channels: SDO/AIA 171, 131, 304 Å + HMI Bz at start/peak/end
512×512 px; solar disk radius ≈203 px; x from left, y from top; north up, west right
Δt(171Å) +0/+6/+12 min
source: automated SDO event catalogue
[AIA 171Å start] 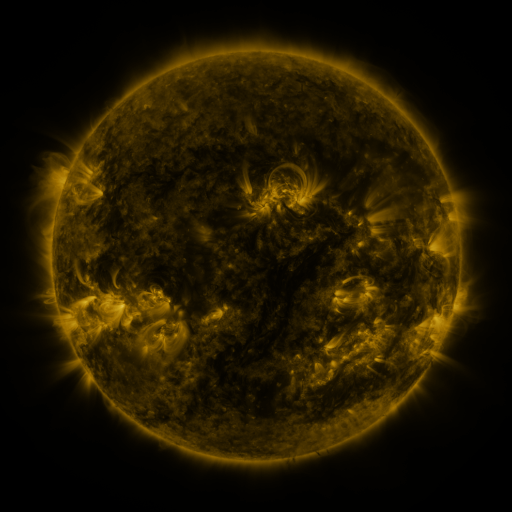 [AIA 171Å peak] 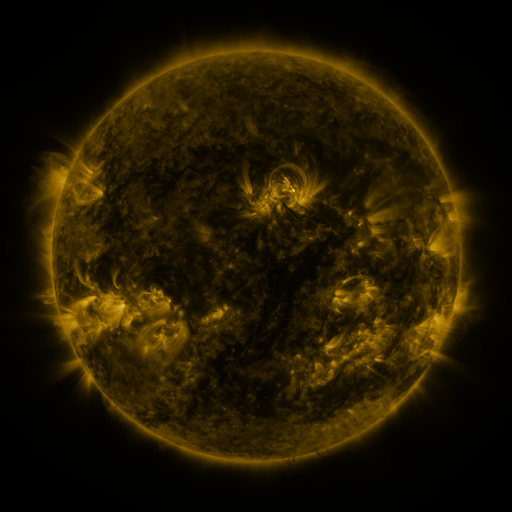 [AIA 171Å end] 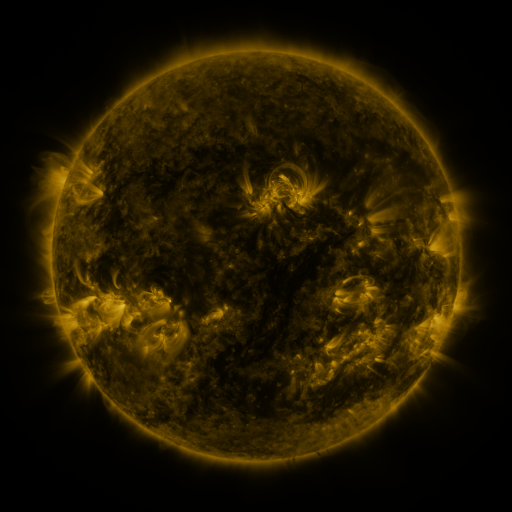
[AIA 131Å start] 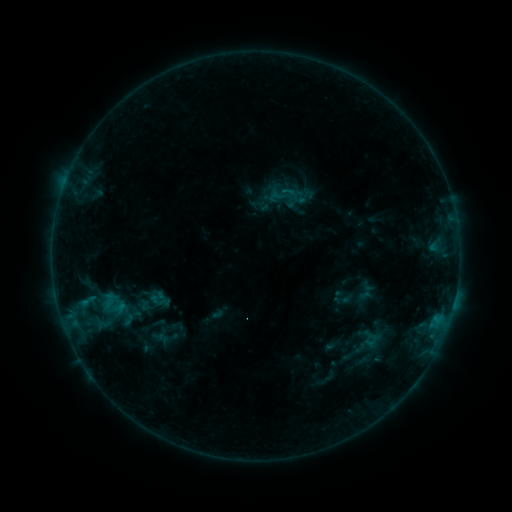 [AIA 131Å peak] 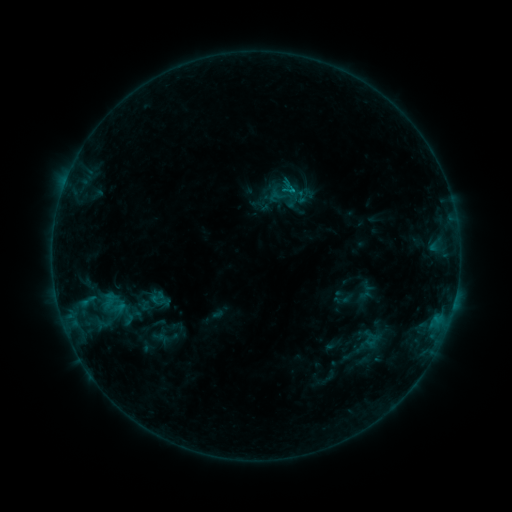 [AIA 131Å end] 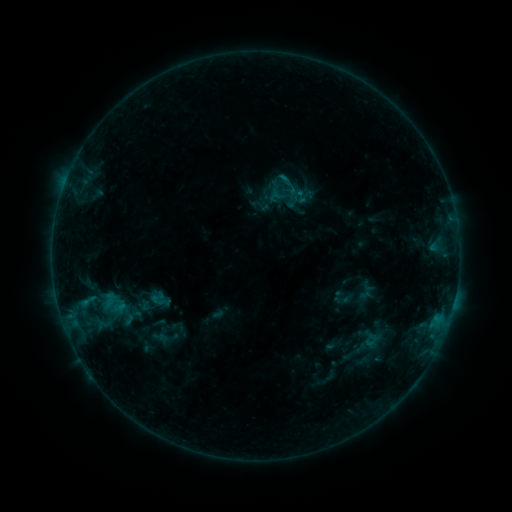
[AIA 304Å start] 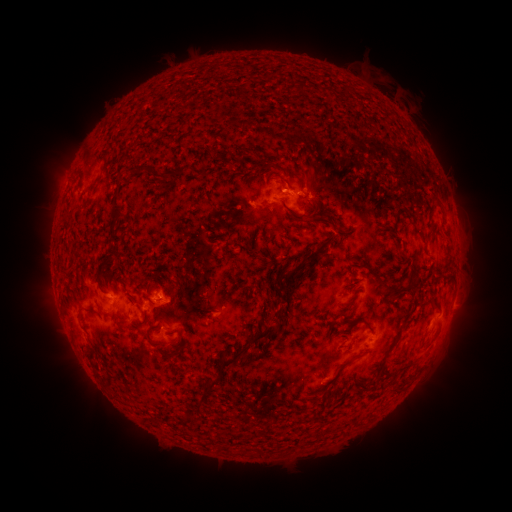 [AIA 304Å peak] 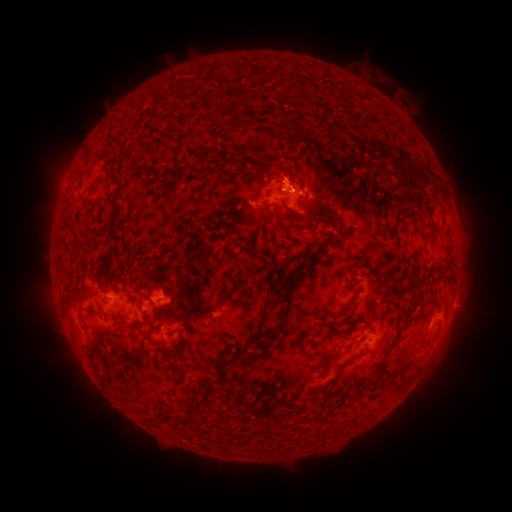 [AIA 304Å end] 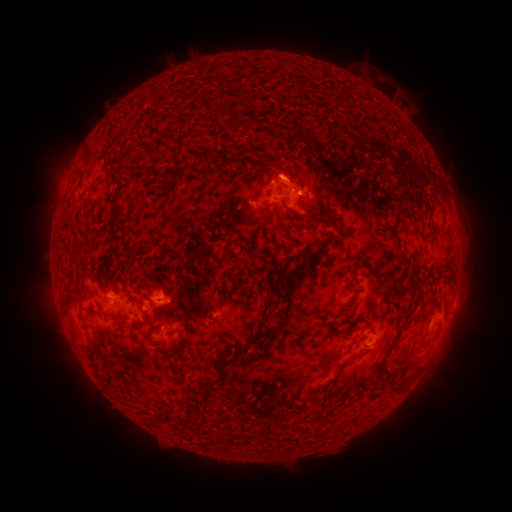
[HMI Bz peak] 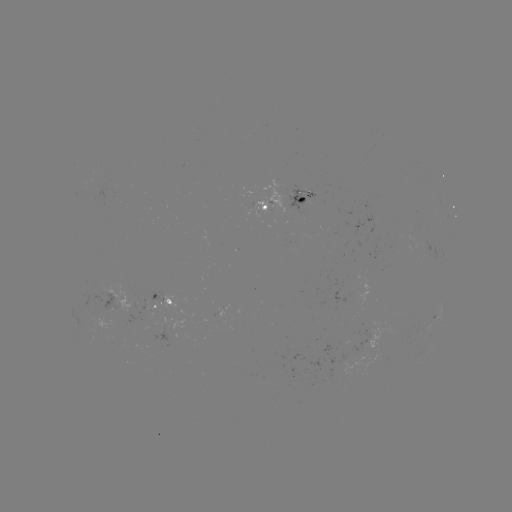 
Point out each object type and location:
eruption: (284, 169)
